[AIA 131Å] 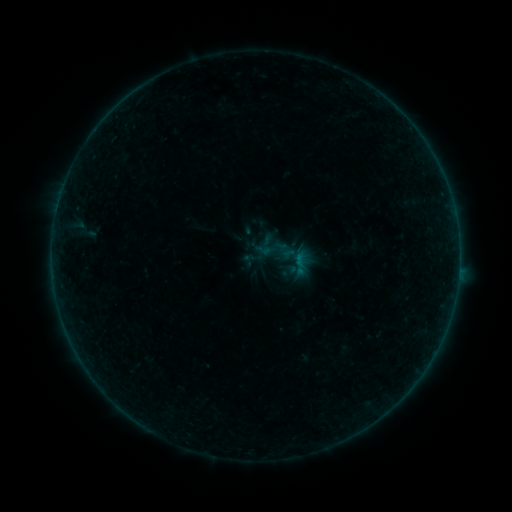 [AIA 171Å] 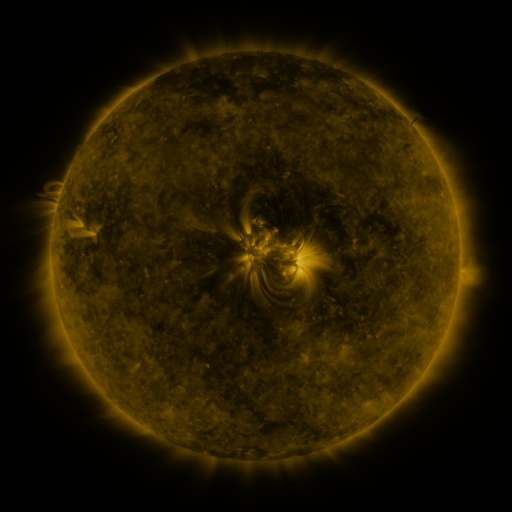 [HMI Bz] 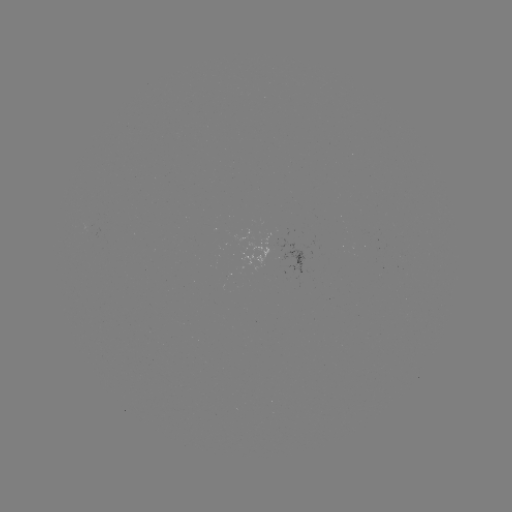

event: sigmoid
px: (295, 258)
